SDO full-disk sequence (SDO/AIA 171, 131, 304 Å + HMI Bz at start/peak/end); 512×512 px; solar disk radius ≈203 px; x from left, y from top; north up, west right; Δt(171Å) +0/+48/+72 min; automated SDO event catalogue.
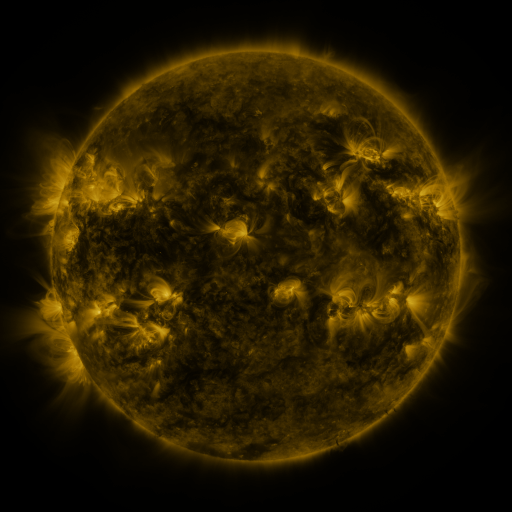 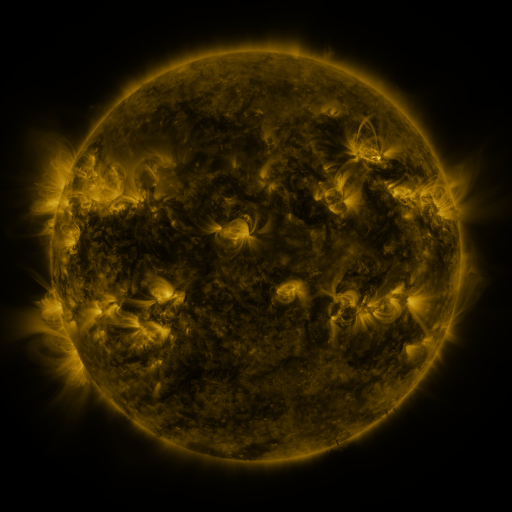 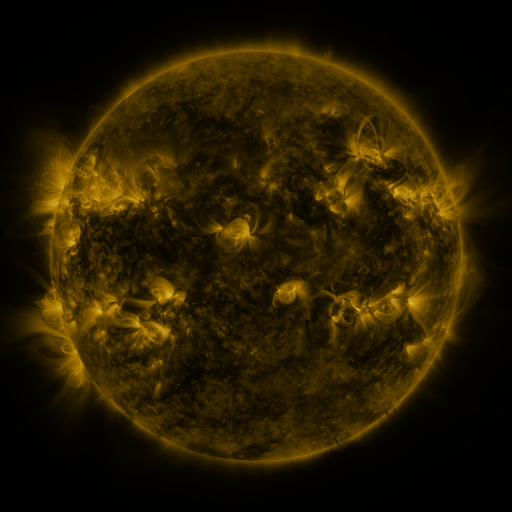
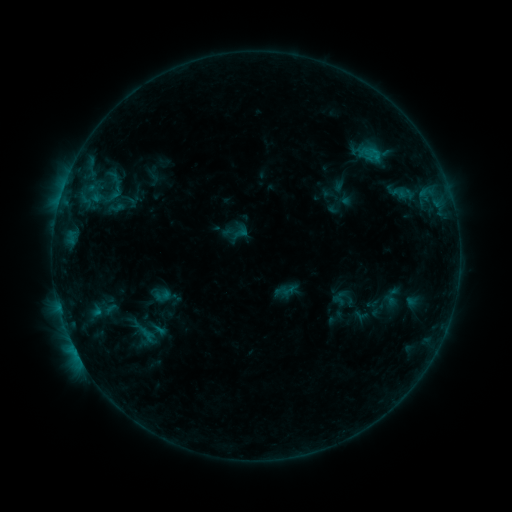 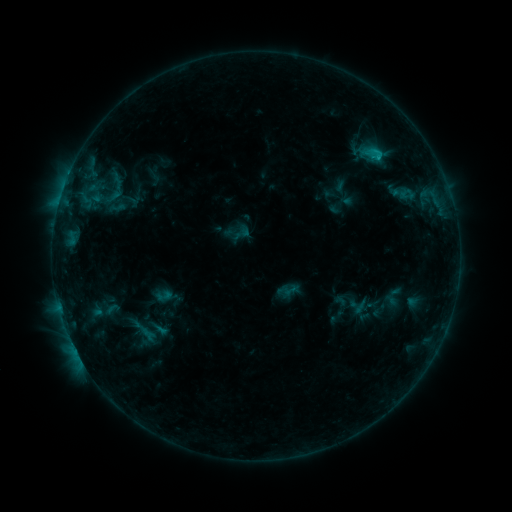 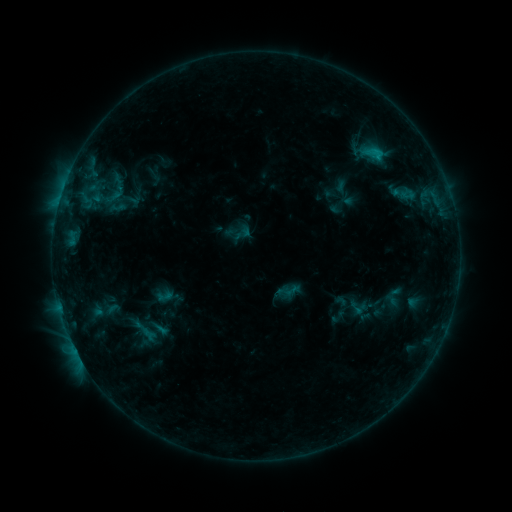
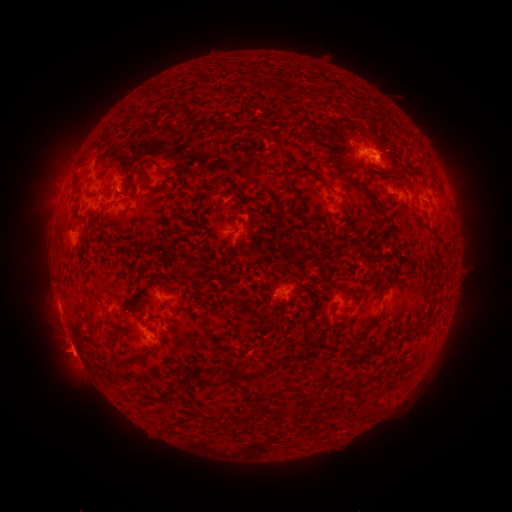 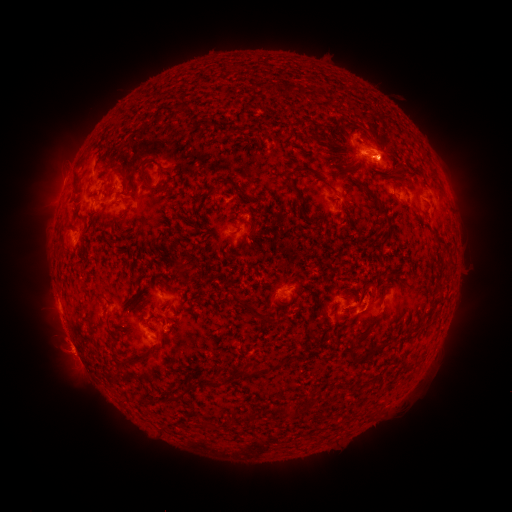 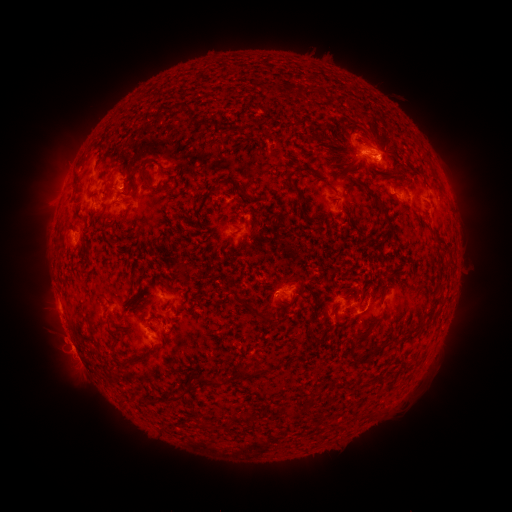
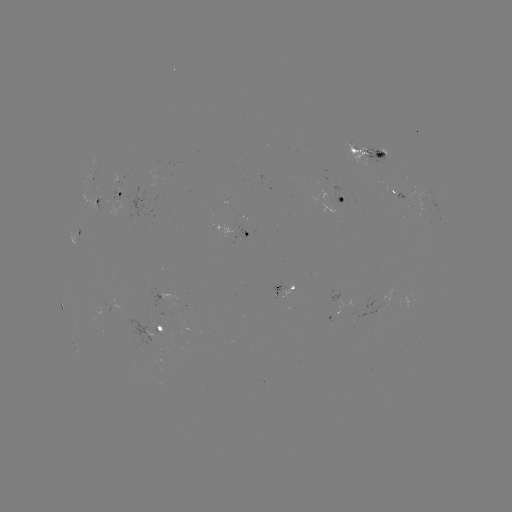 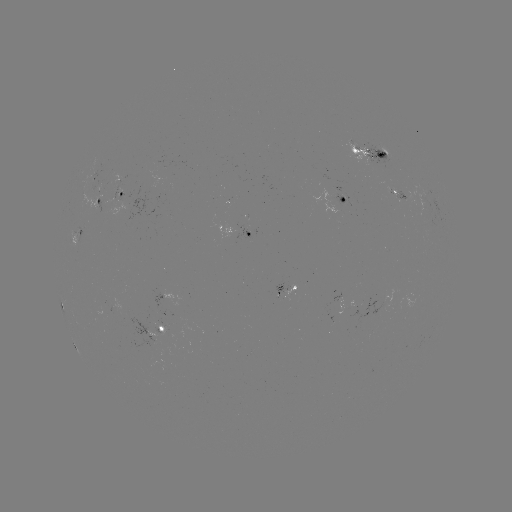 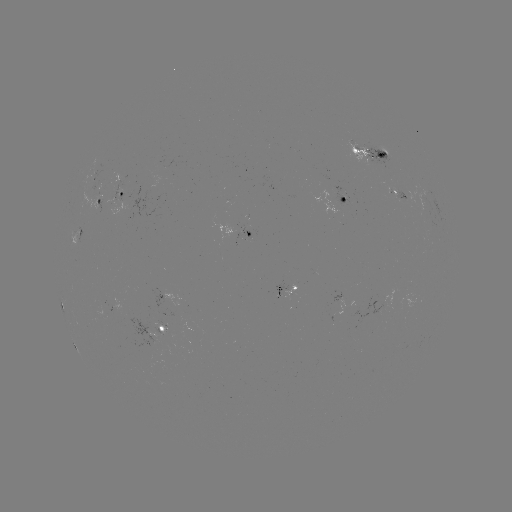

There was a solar flare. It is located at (377, 155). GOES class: C1.4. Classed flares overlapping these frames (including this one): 2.